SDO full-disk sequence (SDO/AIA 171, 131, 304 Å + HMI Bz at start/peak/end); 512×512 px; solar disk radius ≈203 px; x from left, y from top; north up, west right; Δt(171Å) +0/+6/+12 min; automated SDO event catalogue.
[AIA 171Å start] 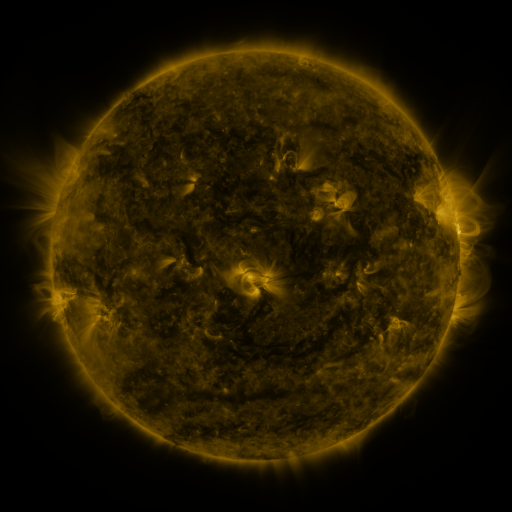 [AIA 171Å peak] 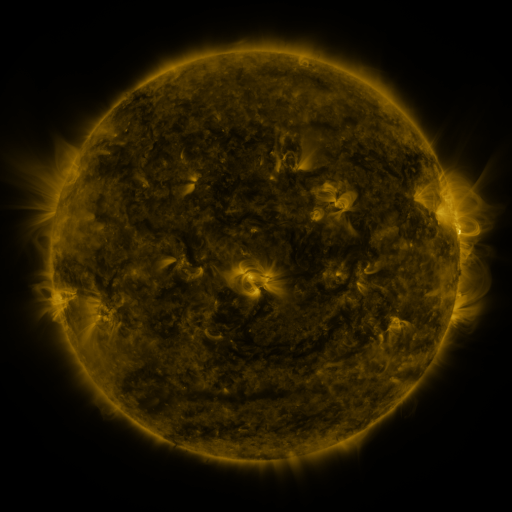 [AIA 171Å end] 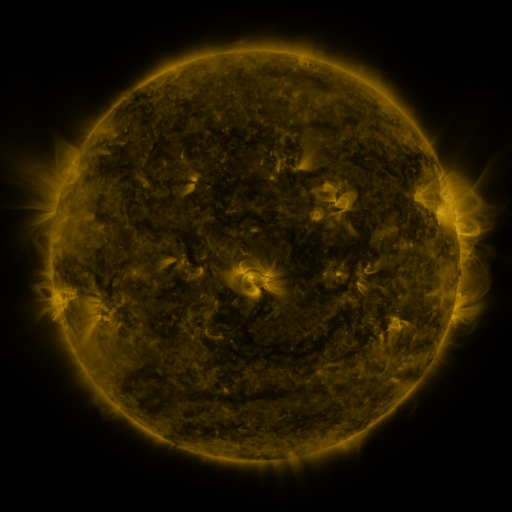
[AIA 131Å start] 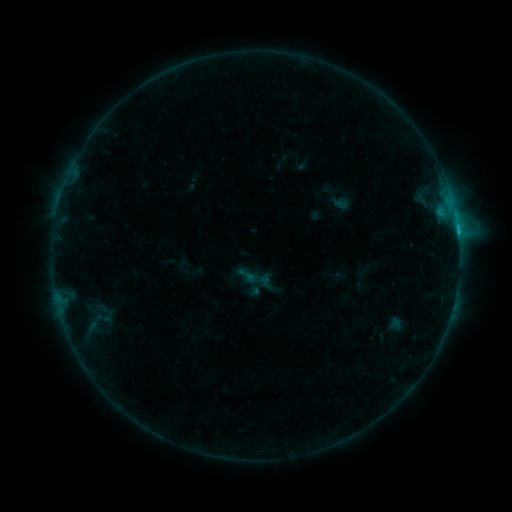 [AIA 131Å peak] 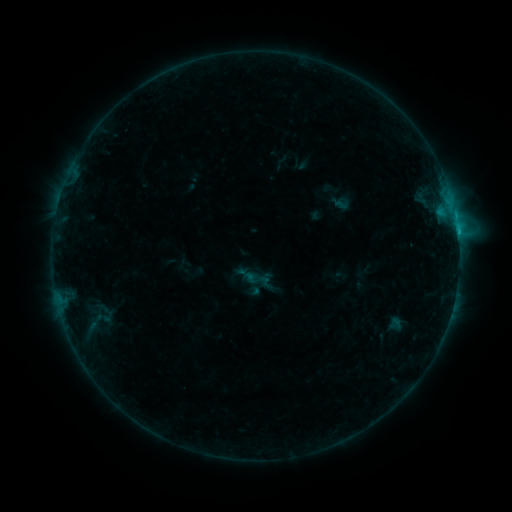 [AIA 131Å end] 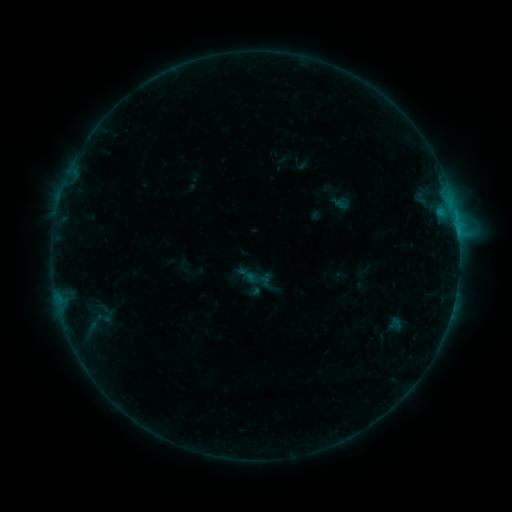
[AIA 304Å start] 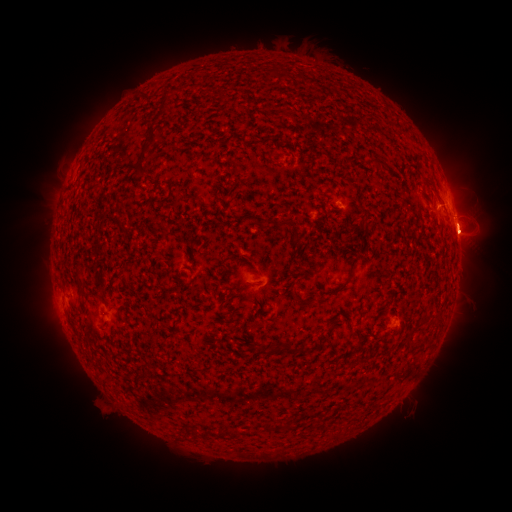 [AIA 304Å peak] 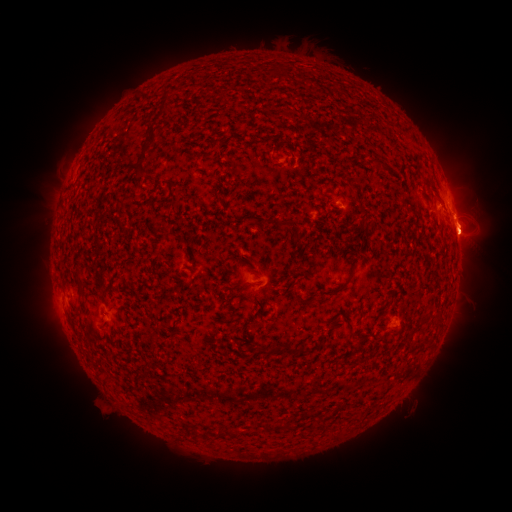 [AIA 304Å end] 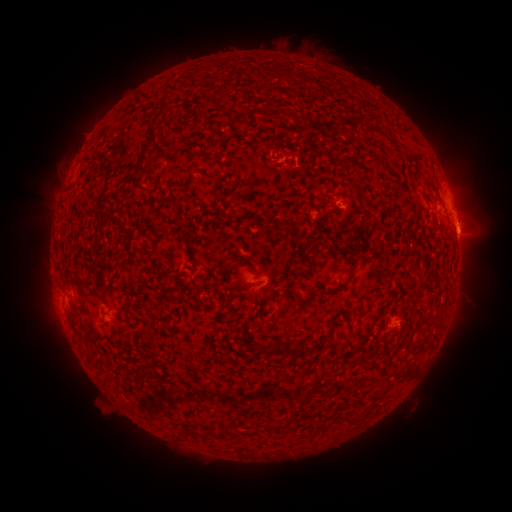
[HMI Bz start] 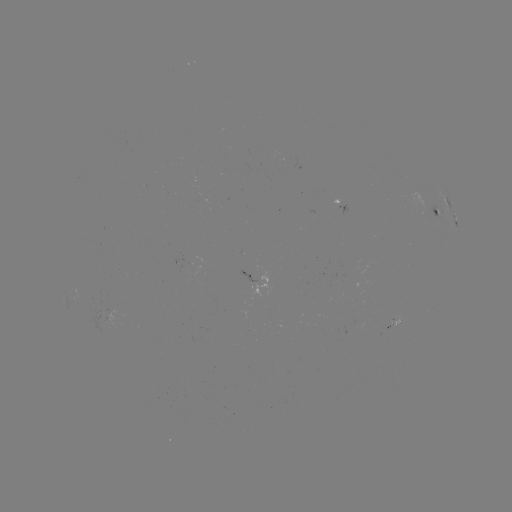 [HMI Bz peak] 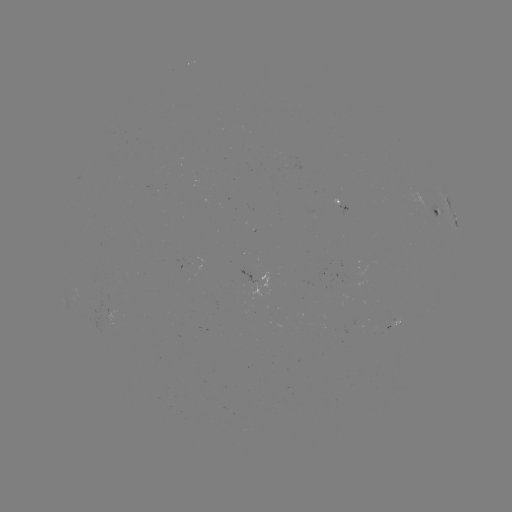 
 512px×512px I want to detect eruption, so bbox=[424, 166, 504, 272].